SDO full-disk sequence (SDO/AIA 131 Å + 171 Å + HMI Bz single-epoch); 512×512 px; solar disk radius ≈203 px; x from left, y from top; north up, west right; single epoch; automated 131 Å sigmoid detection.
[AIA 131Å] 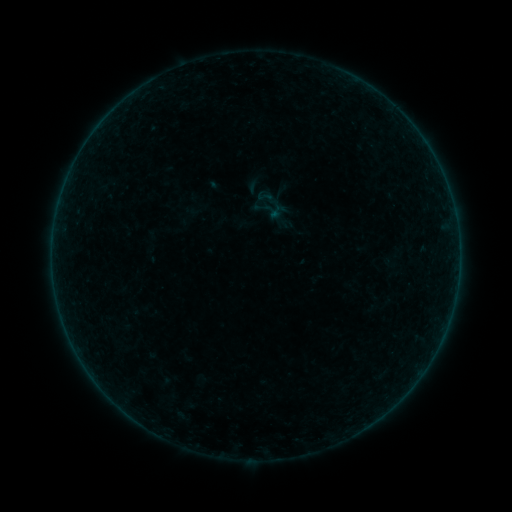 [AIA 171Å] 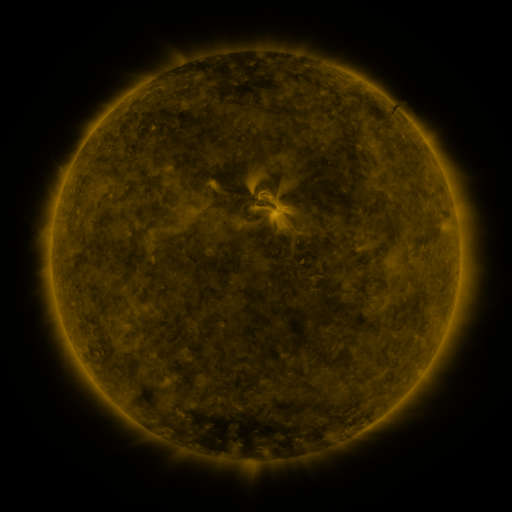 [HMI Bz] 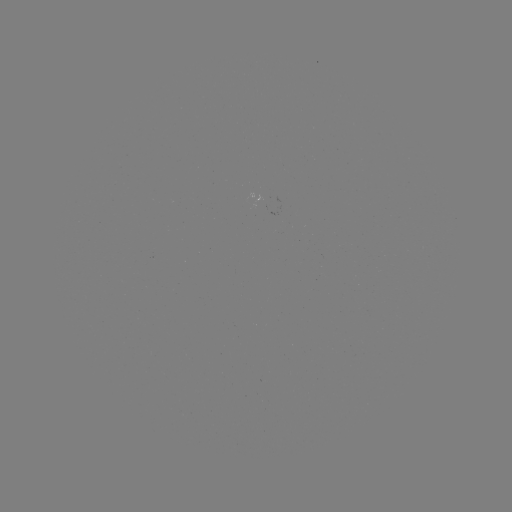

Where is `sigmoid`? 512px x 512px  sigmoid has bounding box [256, 188, 273, 204].